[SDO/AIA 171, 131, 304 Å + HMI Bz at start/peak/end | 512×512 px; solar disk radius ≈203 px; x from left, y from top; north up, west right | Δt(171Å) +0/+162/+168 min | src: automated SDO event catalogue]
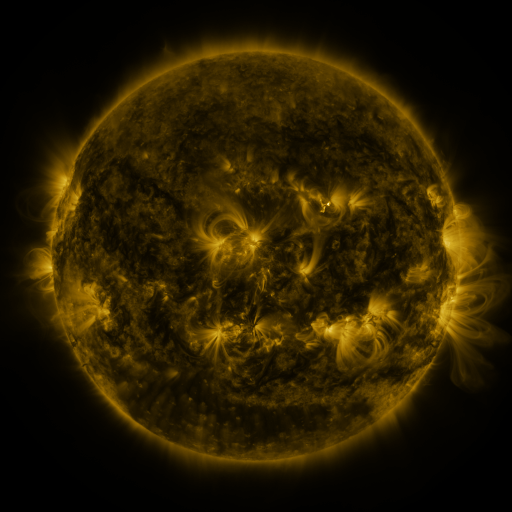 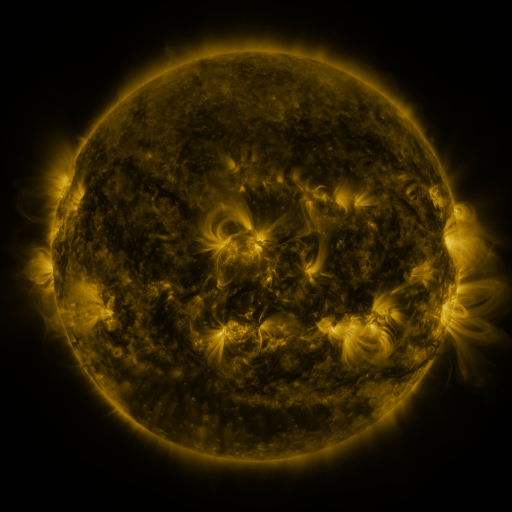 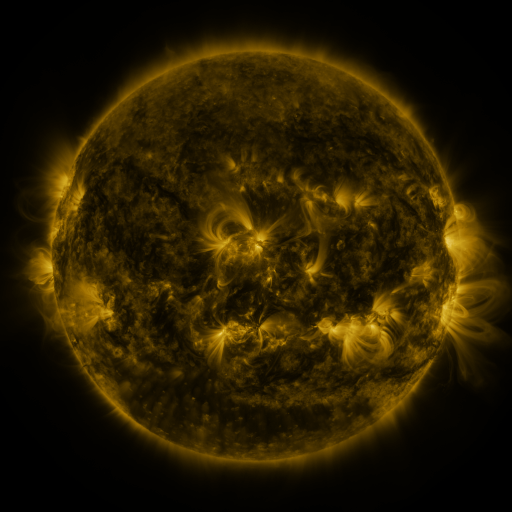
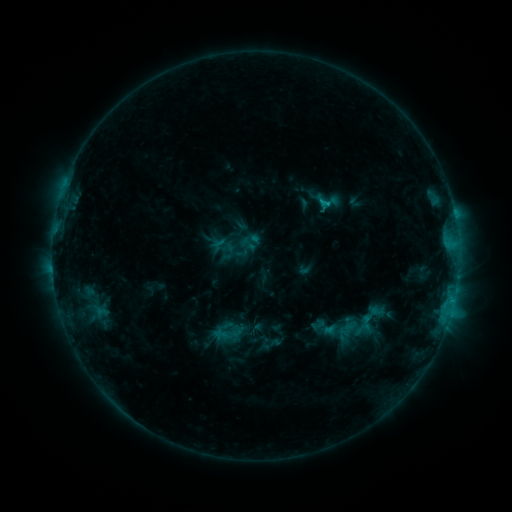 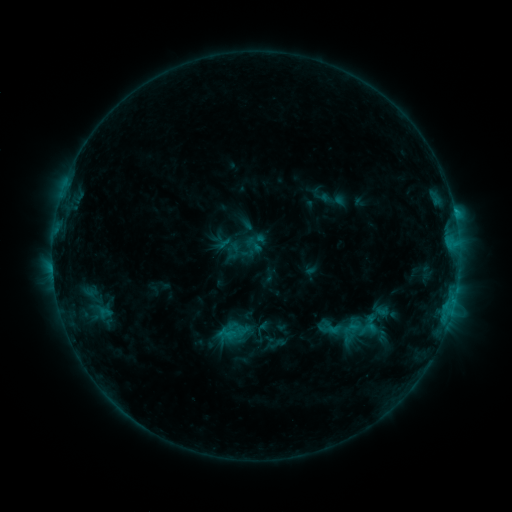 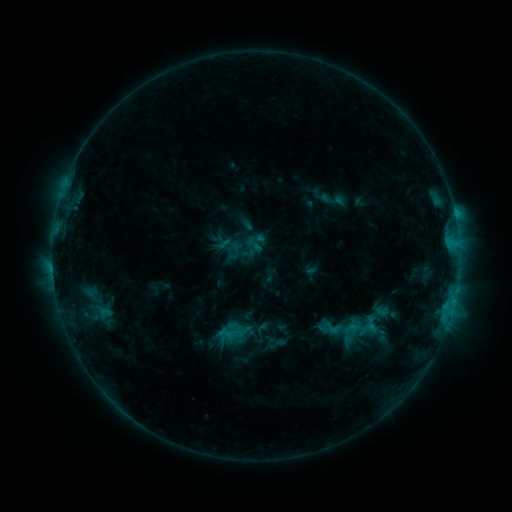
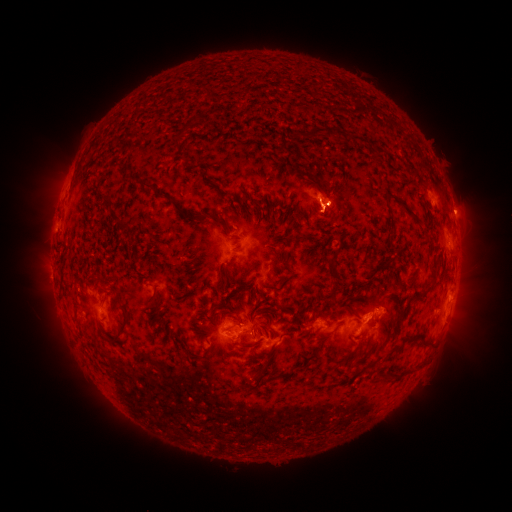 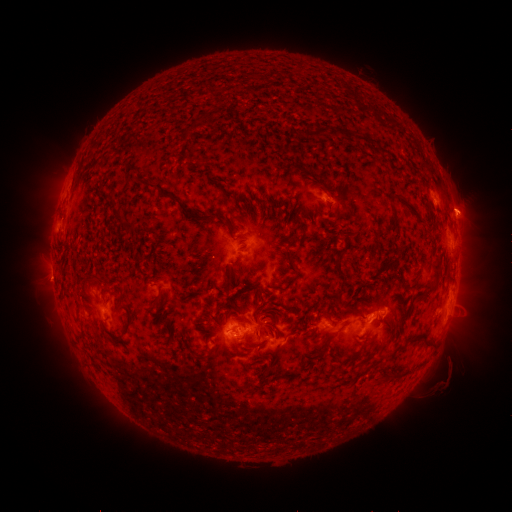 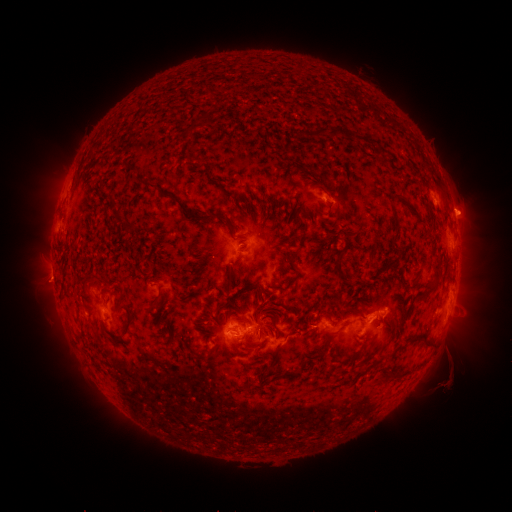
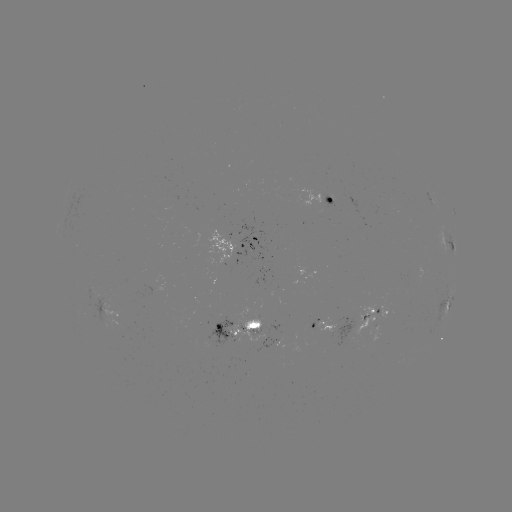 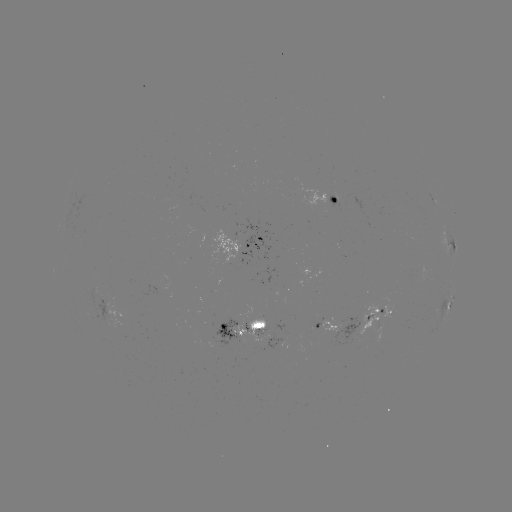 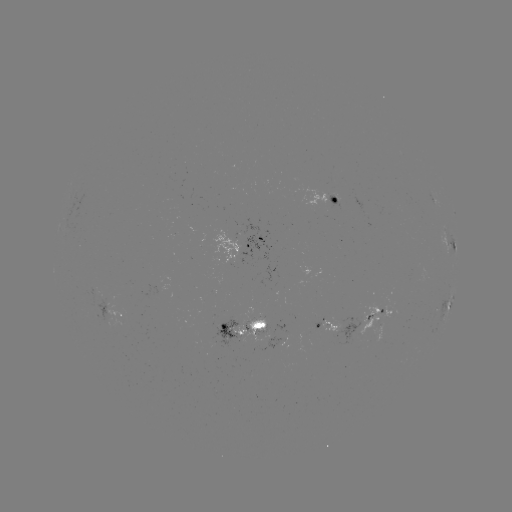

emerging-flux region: (231, 324, 246, 339)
